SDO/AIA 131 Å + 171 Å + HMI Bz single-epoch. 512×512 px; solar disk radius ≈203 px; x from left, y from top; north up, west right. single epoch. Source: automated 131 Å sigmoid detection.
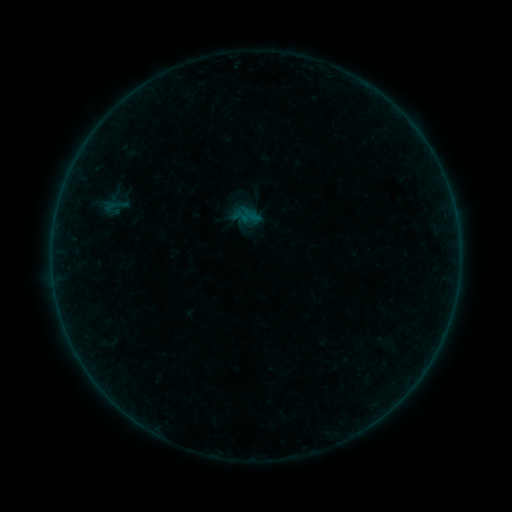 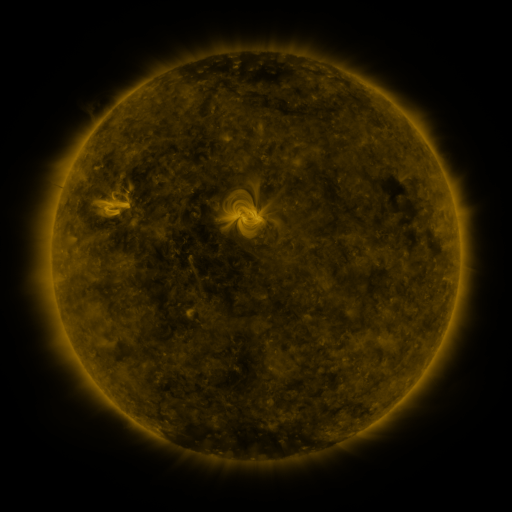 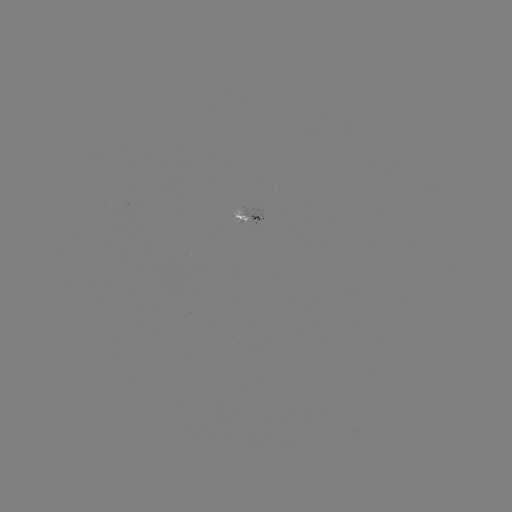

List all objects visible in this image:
sigmoid: (114, 205)
